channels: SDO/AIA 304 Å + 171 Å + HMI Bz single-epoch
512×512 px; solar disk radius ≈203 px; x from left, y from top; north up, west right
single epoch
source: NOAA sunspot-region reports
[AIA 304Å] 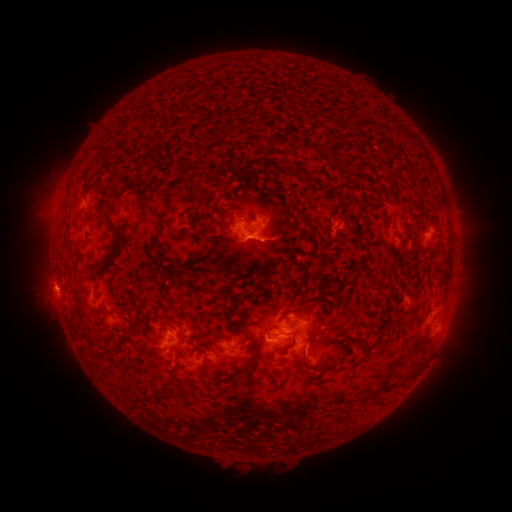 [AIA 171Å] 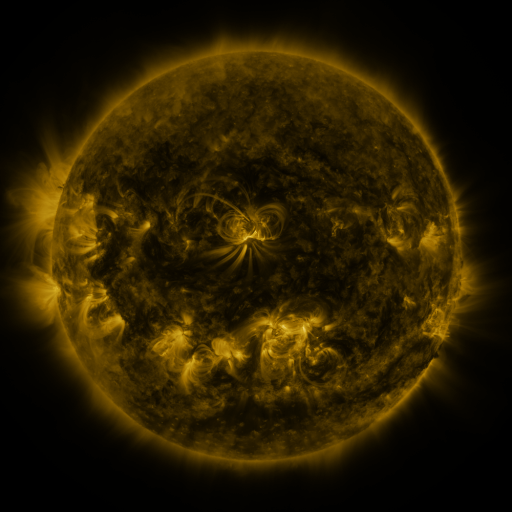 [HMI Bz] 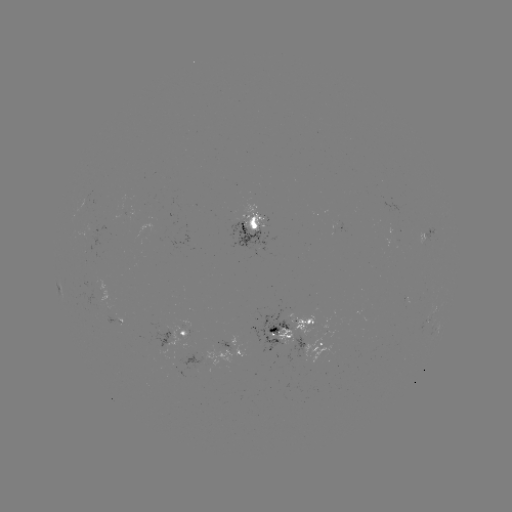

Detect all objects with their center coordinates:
spotted active region: (256, 228)
spotted active region: (433, 236)
spotted active region: (434, 312)
spotted active region: (293, 329)
spotted active region: (179, 337)
spotted active region: (327, 350)
spotted active region: (229, 352)
